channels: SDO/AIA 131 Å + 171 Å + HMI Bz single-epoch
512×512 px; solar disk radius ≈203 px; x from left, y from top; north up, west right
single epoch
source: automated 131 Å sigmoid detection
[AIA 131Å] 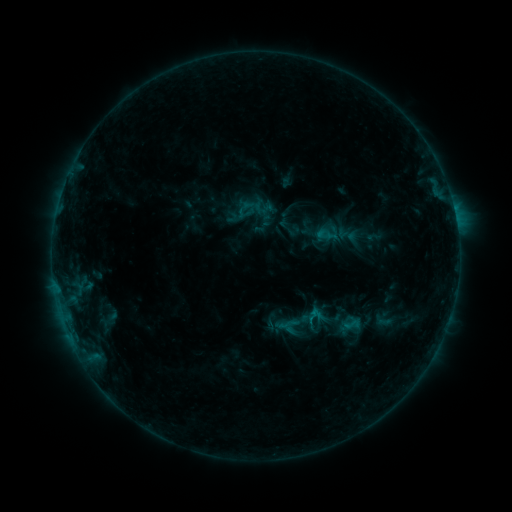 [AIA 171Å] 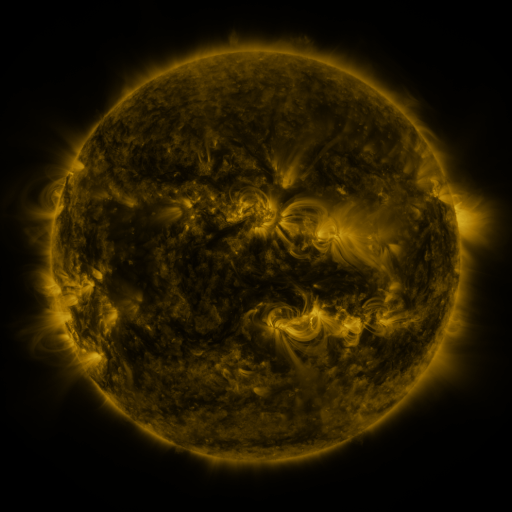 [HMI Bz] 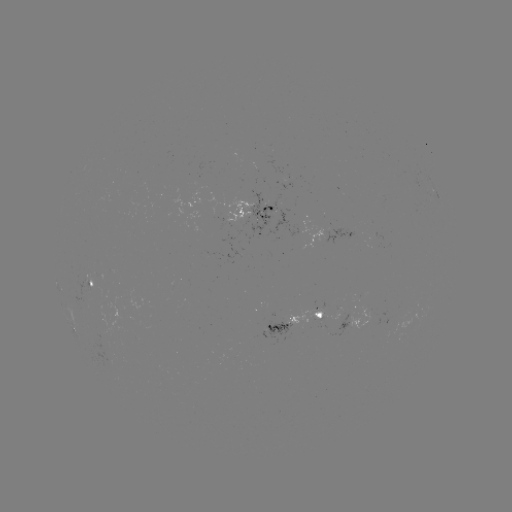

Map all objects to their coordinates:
sigmoid: (288, 324)
